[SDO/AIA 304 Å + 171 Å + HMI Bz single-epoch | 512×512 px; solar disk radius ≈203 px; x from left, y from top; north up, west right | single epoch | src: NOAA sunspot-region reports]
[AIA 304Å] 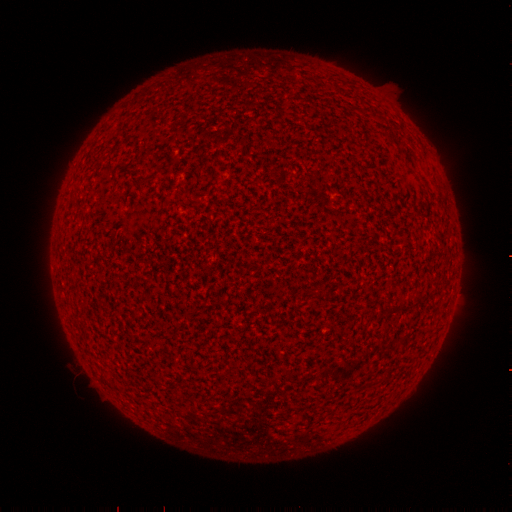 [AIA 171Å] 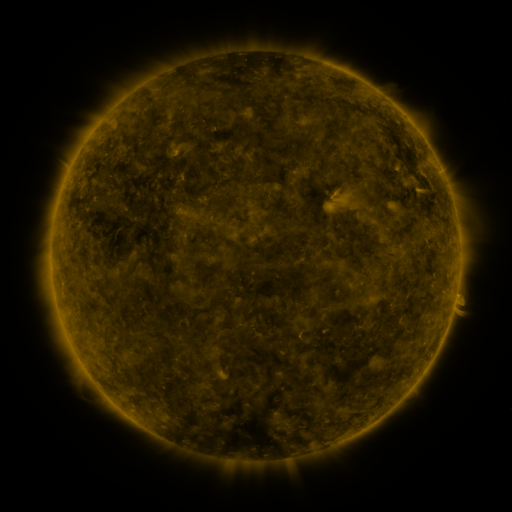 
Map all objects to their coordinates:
(none)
